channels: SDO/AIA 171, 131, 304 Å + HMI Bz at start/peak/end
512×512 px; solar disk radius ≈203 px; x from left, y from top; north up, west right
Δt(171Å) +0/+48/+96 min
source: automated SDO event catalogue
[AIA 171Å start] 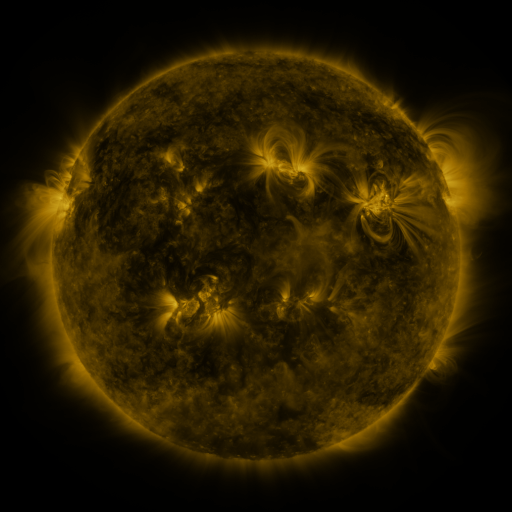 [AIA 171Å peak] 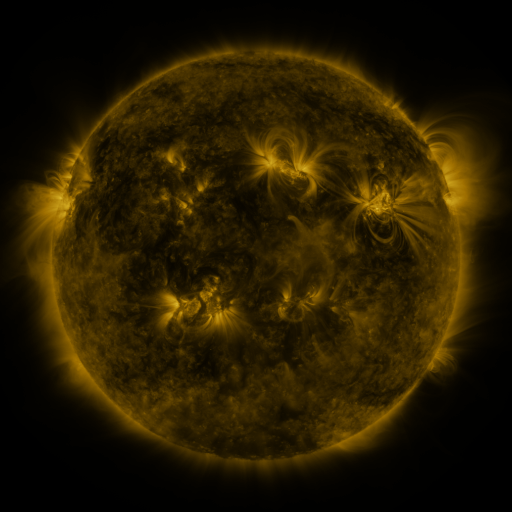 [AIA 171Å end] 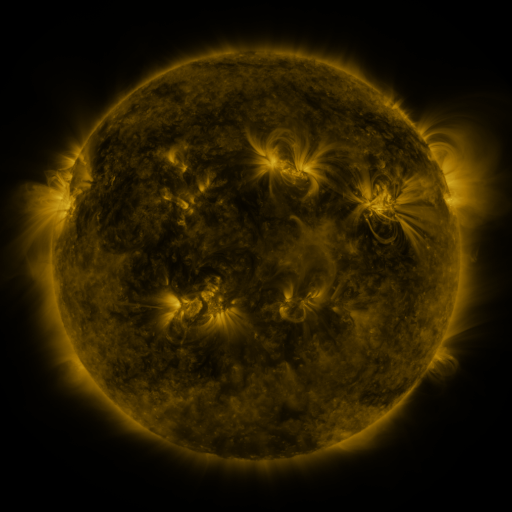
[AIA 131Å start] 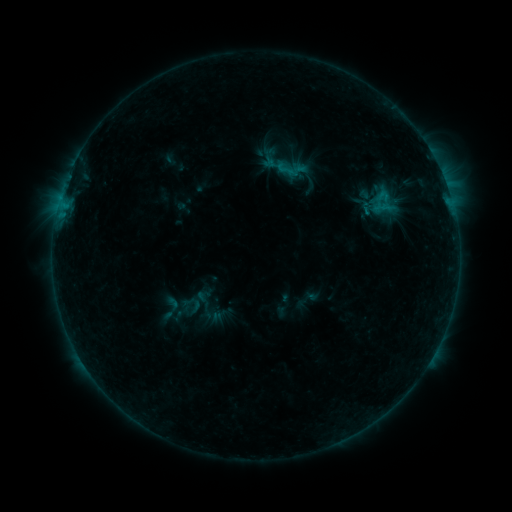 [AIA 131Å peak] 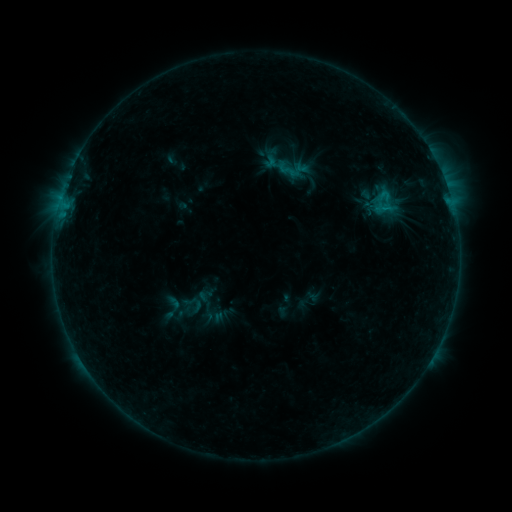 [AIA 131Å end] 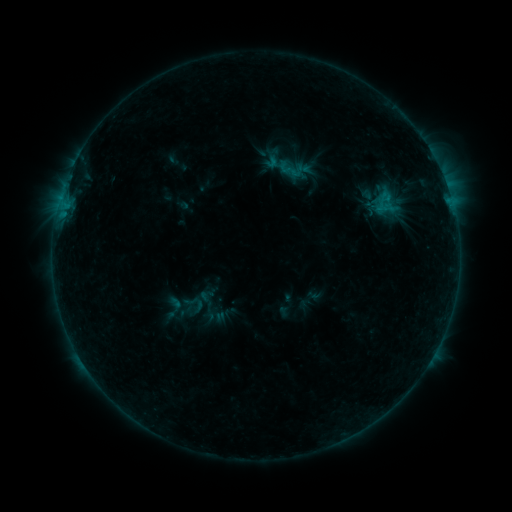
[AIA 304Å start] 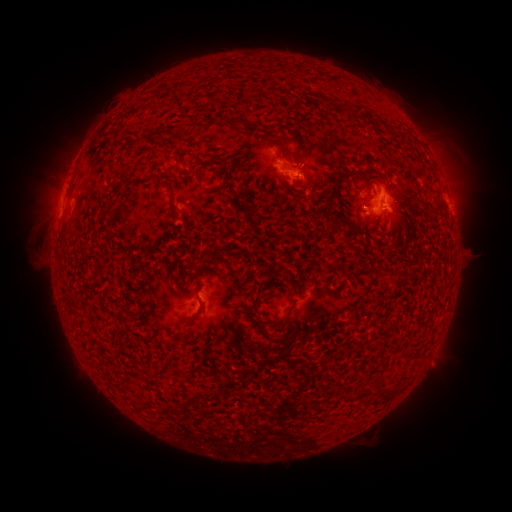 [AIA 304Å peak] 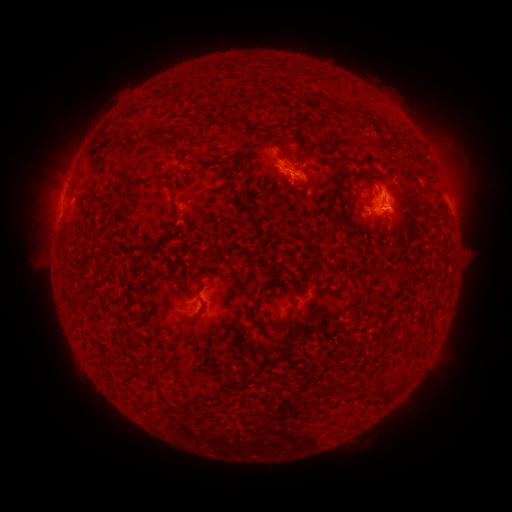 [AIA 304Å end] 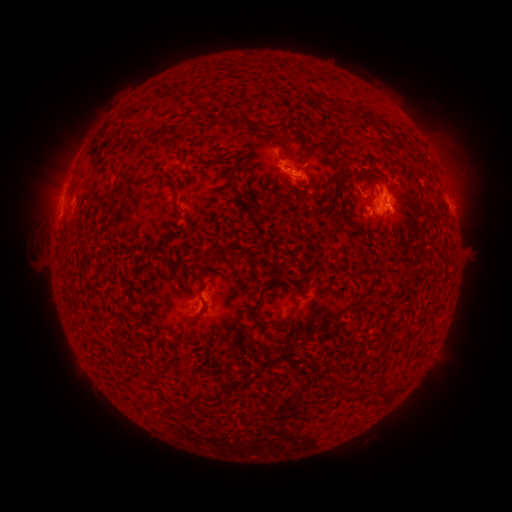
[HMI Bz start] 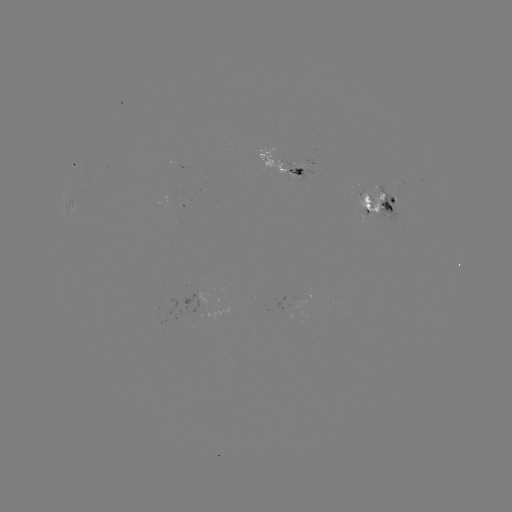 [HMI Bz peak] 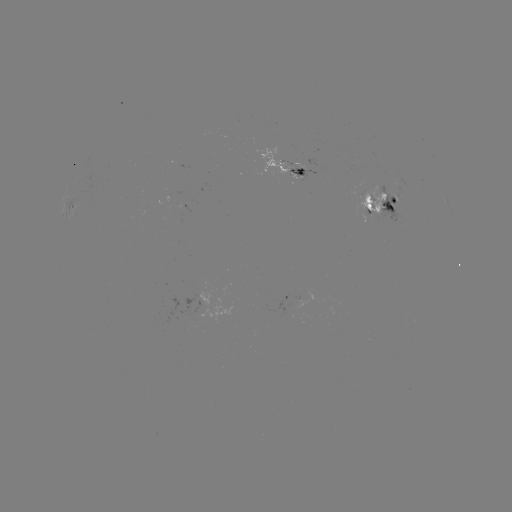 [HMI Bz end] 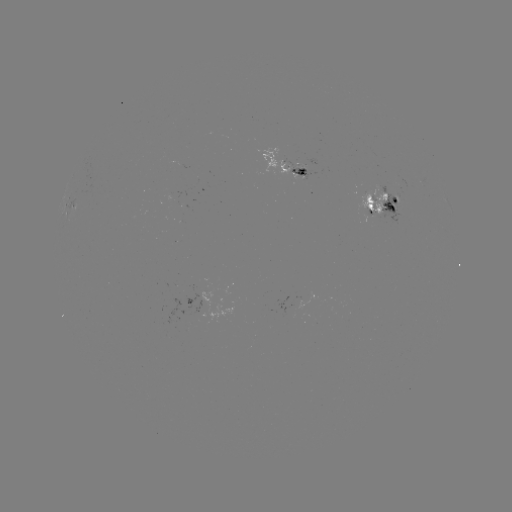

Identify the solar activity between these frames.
emerging-flux region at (301, 169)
